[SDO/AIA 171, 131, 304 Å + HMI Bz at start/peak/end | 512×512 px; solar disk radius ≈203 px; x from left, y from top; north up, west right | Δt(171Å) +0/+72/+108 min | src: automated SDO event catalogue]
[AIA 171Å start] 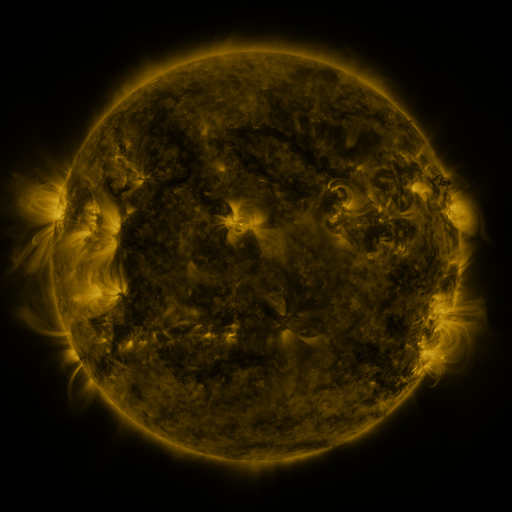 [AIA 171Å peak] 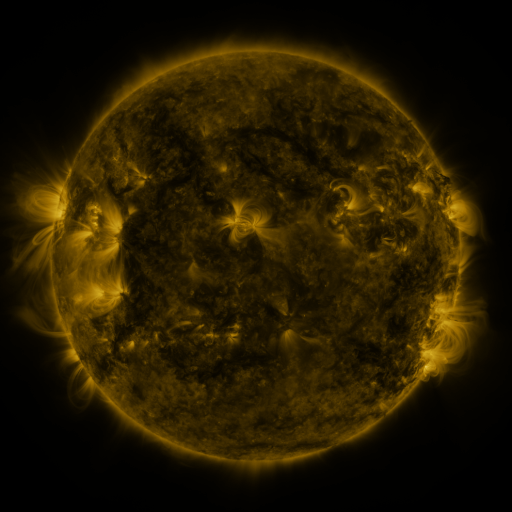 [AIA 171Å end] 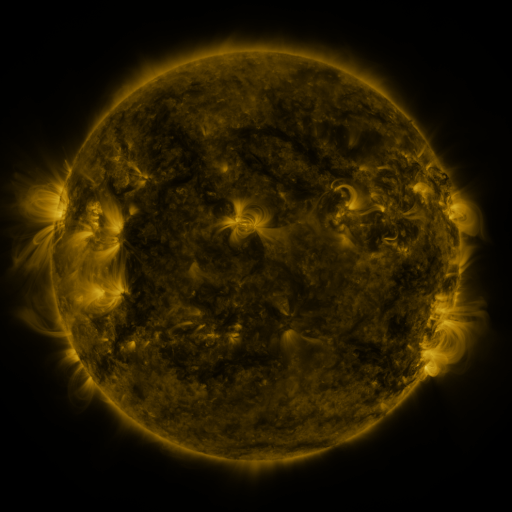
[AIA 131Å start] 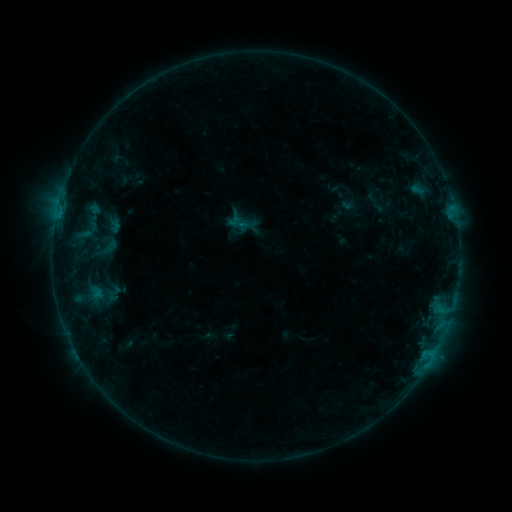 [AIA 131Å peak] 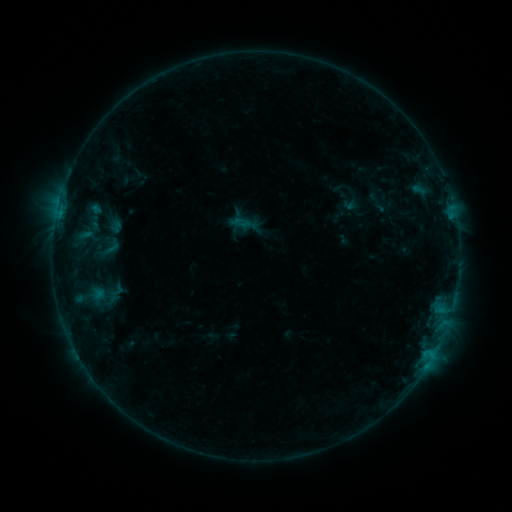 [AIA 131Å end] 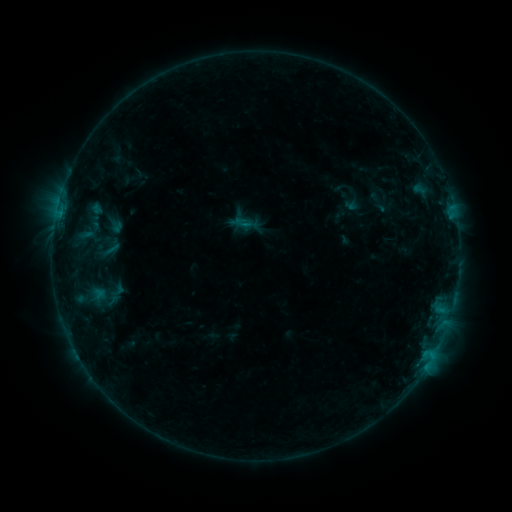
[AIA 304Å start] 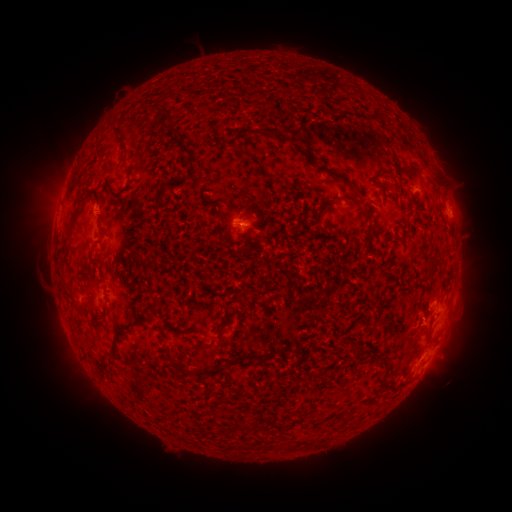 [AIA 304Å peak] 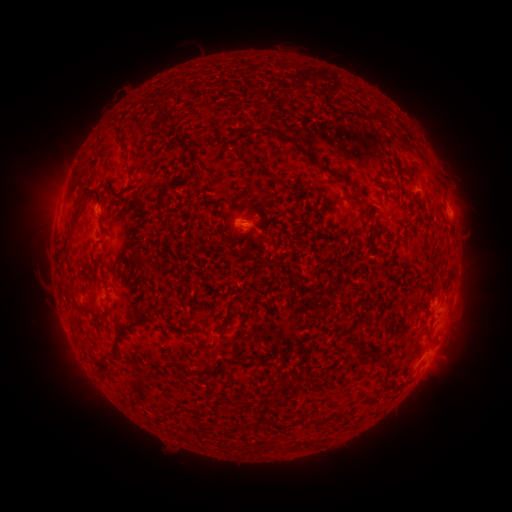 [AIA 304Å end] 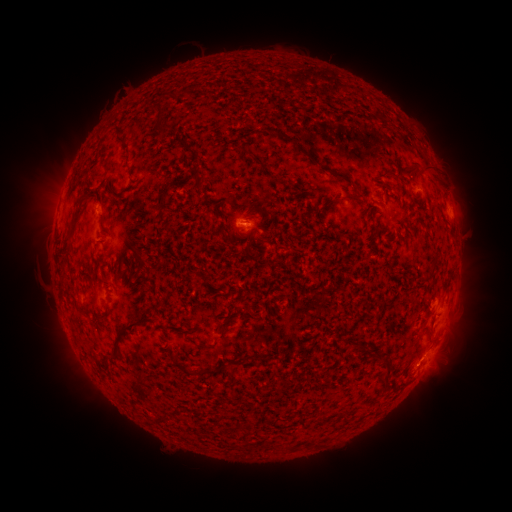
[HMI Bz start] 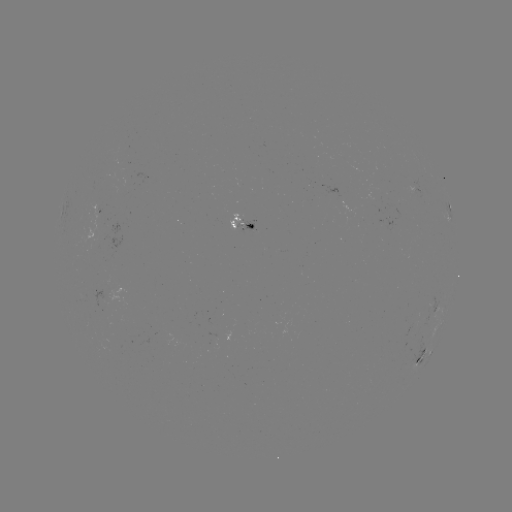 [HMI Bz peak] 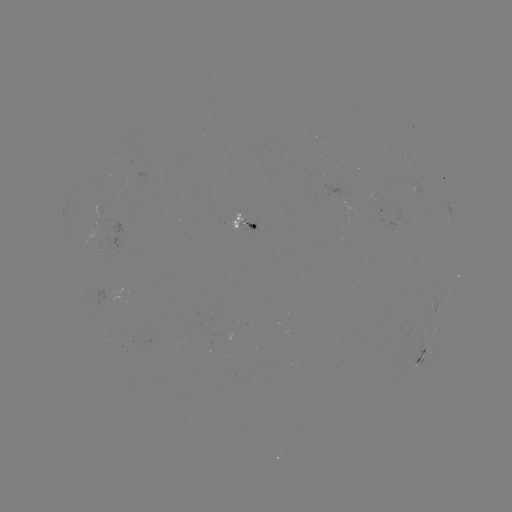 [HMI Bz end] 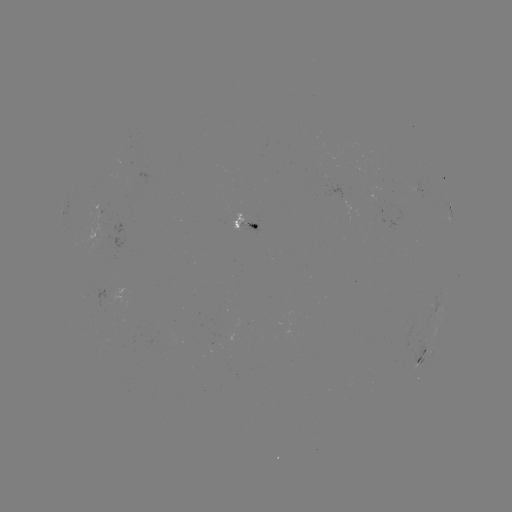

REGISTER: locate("emerging-flux region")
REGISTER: [411, 329]